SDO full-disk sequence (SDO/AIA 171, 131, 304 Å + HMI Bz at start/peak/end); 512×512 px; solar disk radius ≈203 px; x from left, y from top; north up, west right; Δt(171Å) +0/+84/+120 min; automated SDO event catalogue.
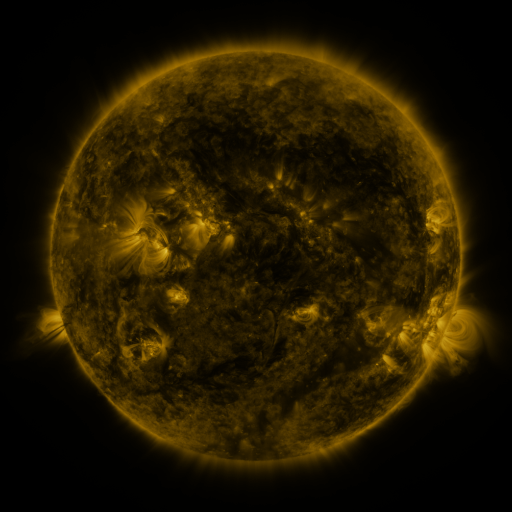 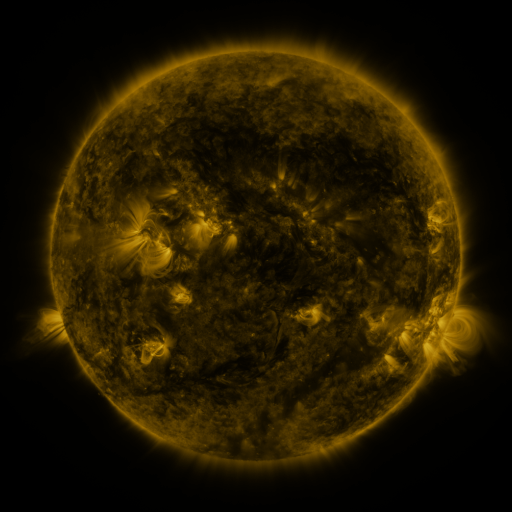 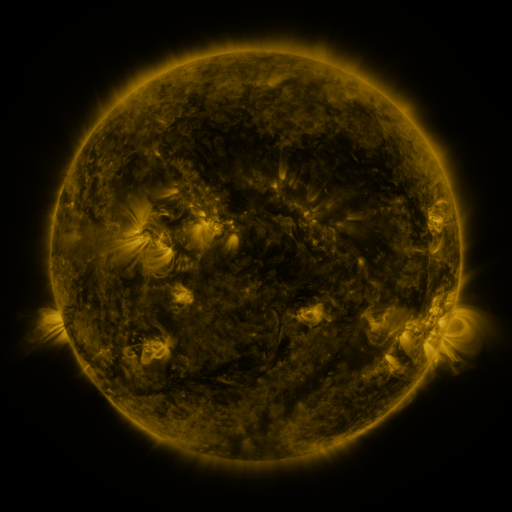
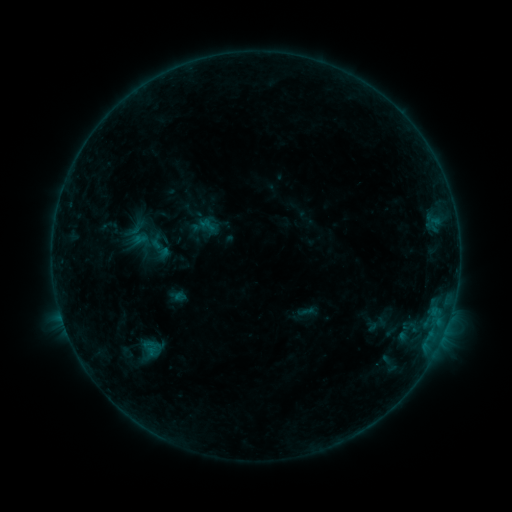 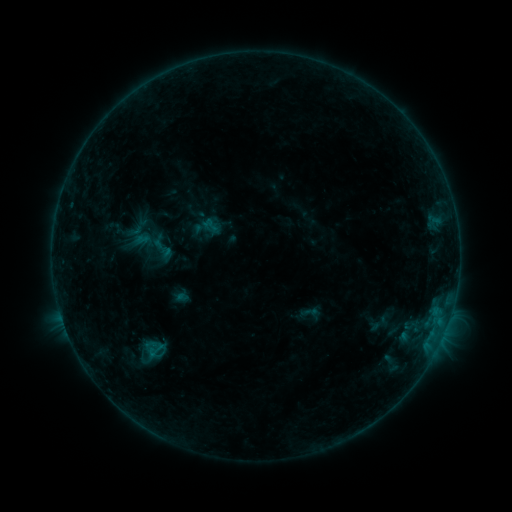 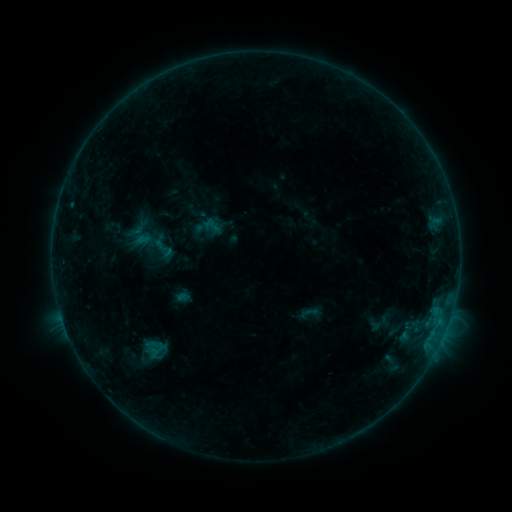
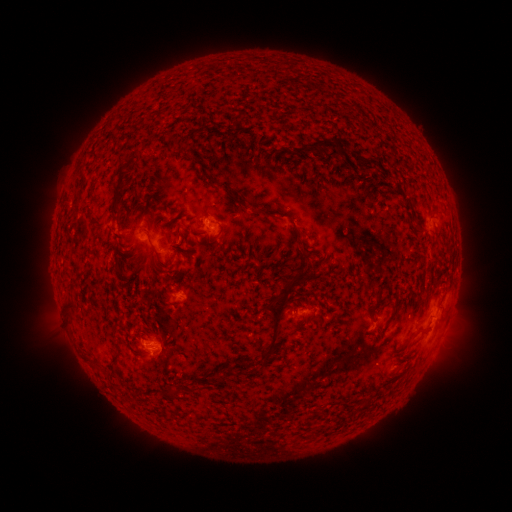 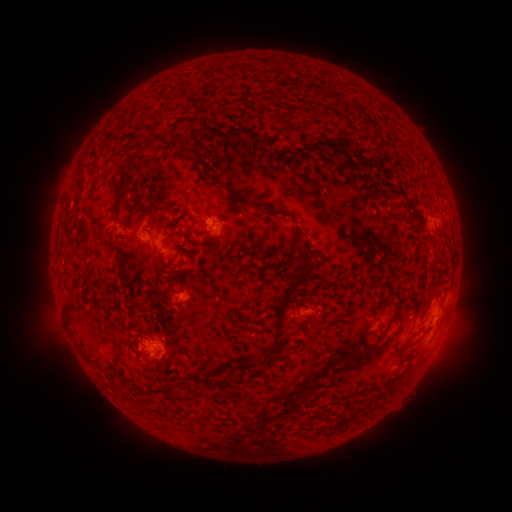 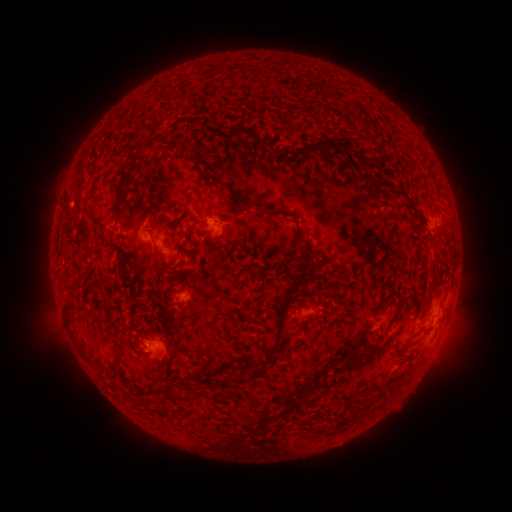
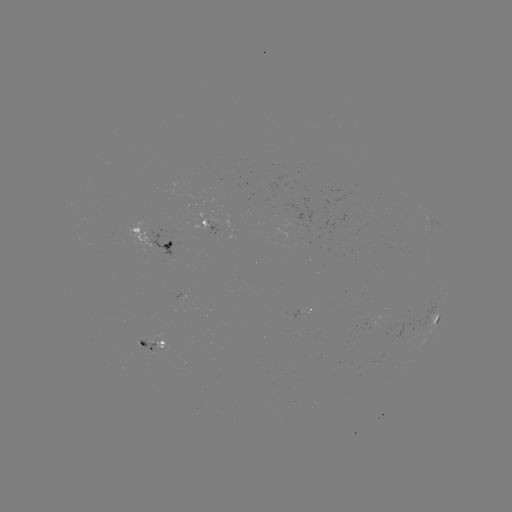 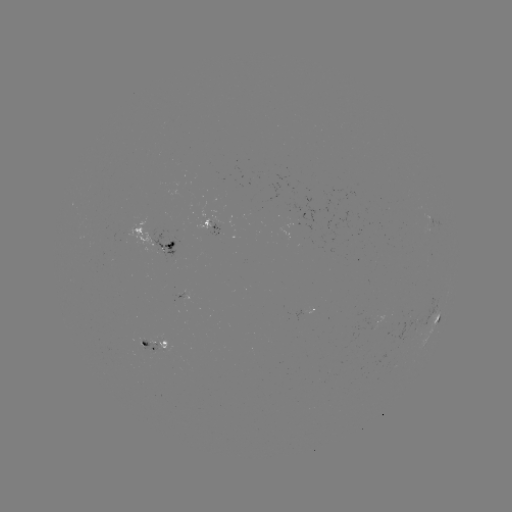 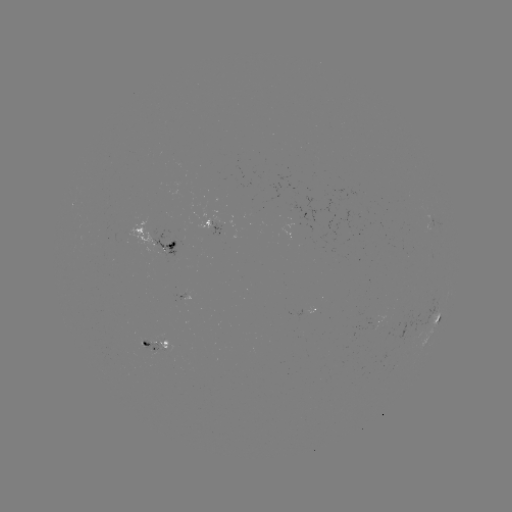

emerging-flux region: [327, 371, 337, 375]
